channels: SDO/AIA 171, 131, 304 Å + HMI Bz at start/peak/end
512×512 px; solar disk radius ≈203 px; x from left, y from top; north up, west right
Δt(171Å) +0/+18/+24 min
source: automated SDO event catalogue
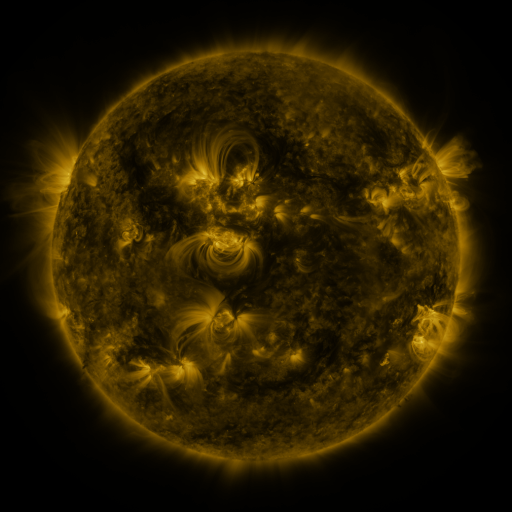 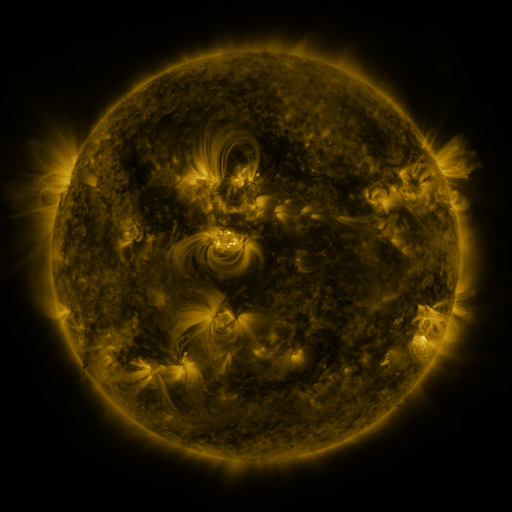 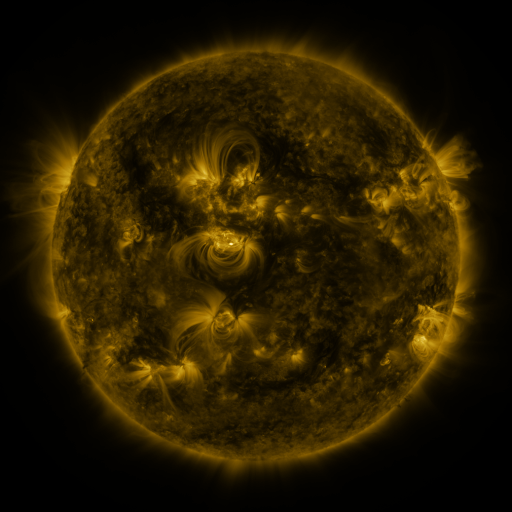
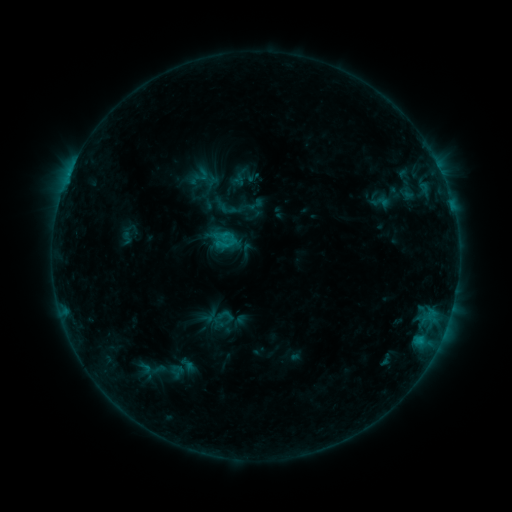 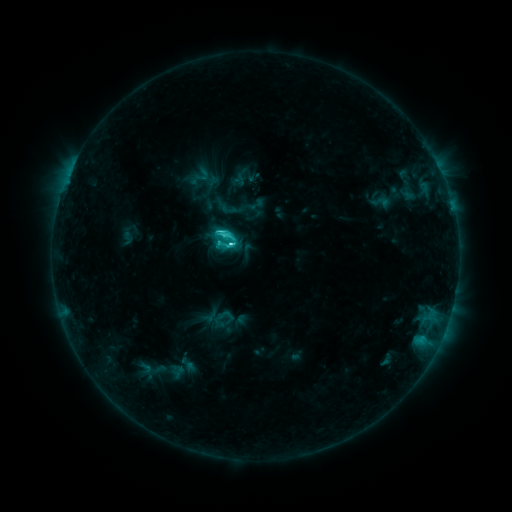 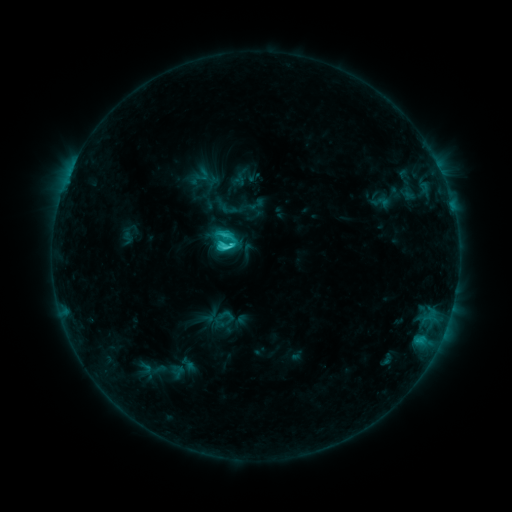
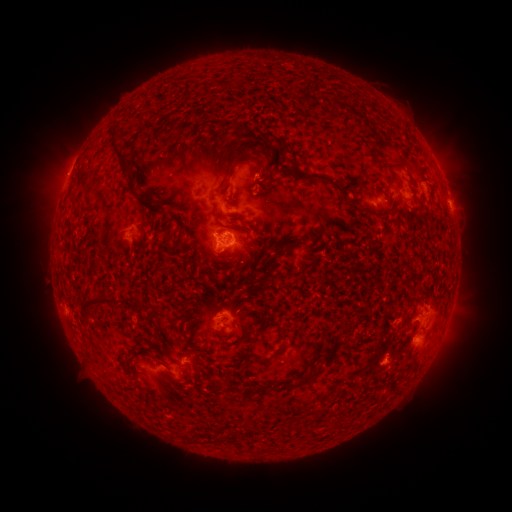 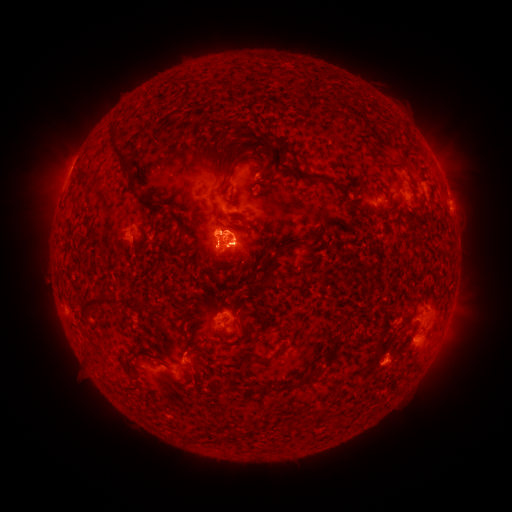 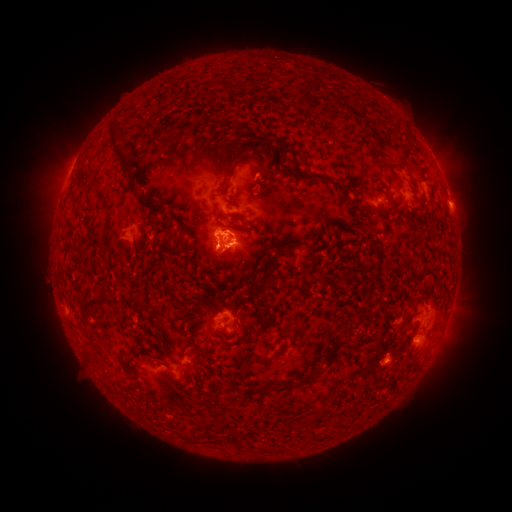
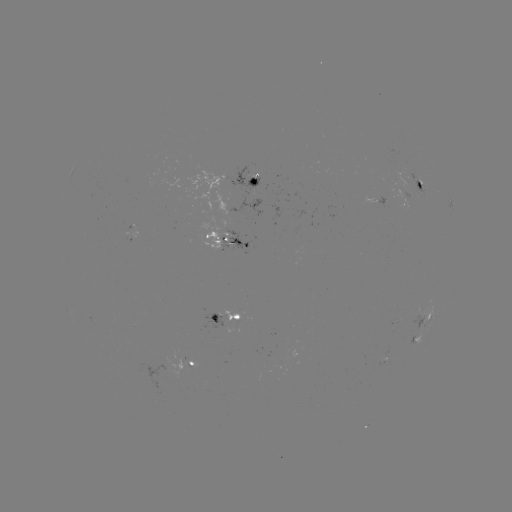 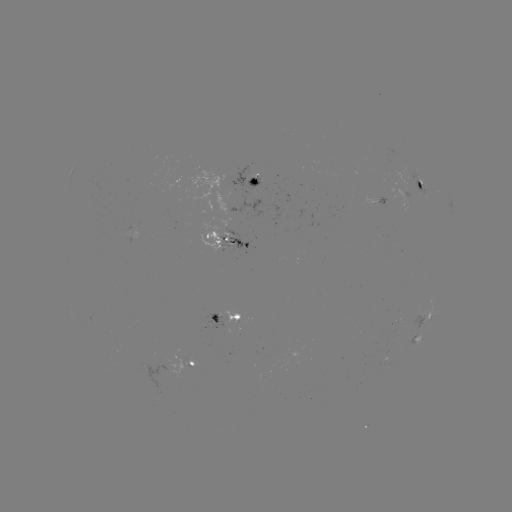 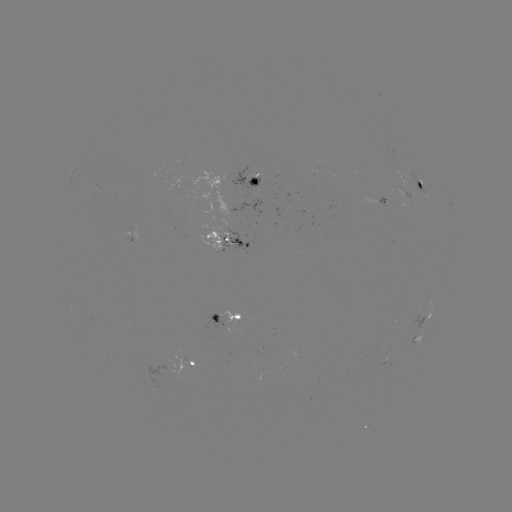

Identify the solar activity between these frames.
C5.0 flare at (231, 248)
